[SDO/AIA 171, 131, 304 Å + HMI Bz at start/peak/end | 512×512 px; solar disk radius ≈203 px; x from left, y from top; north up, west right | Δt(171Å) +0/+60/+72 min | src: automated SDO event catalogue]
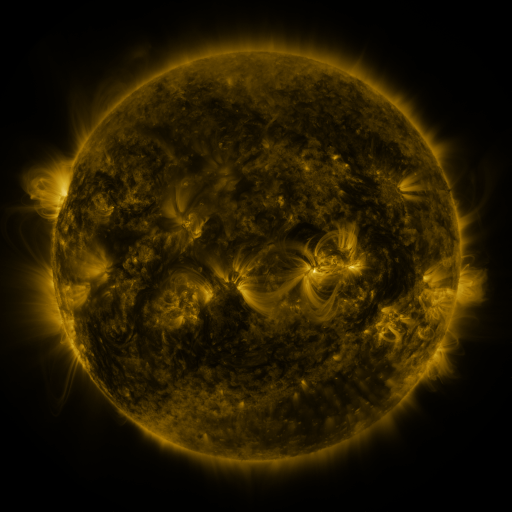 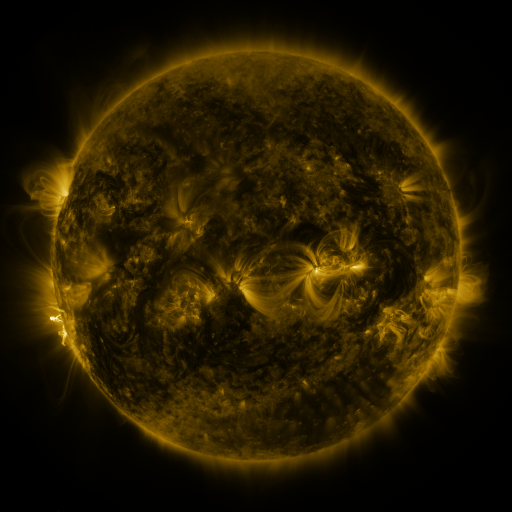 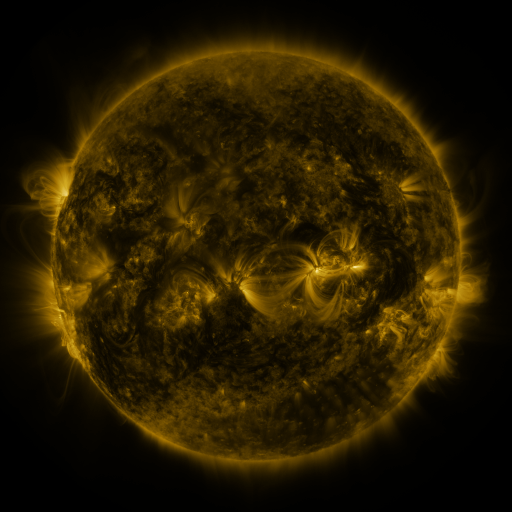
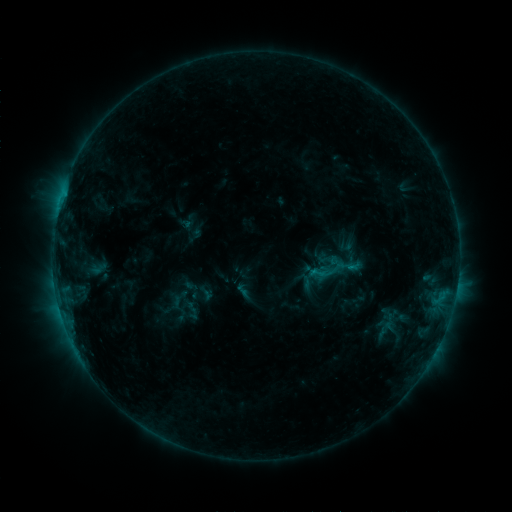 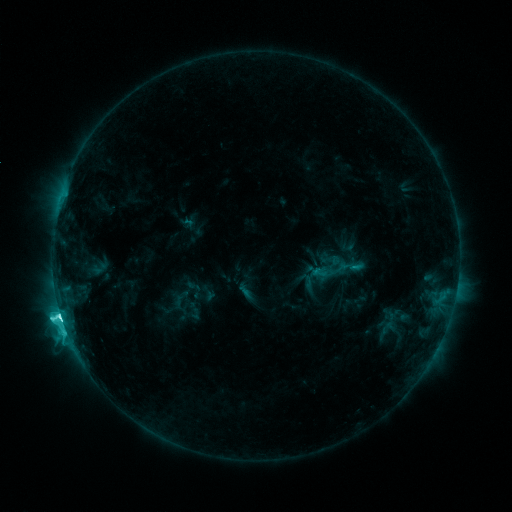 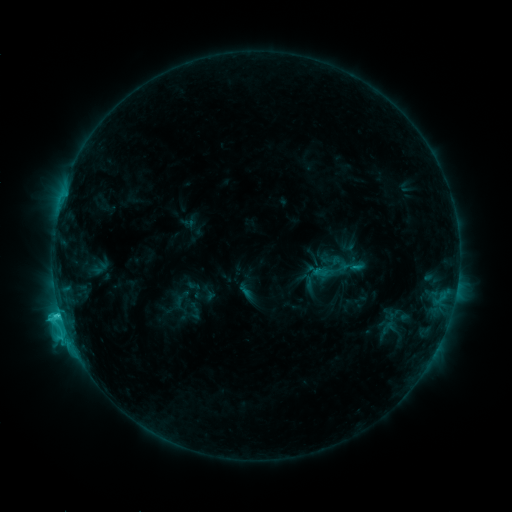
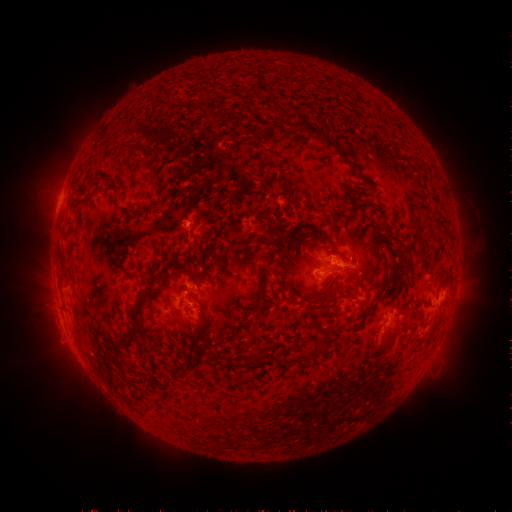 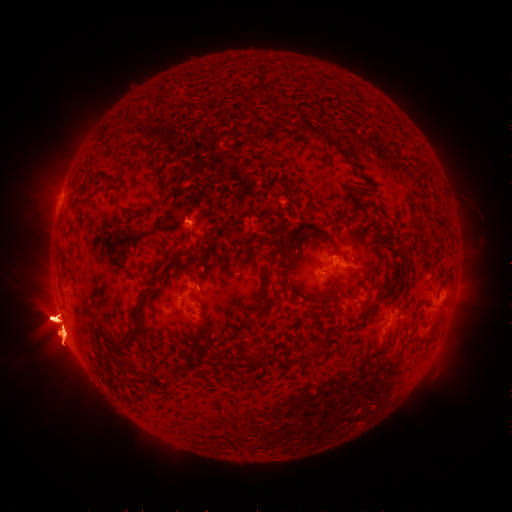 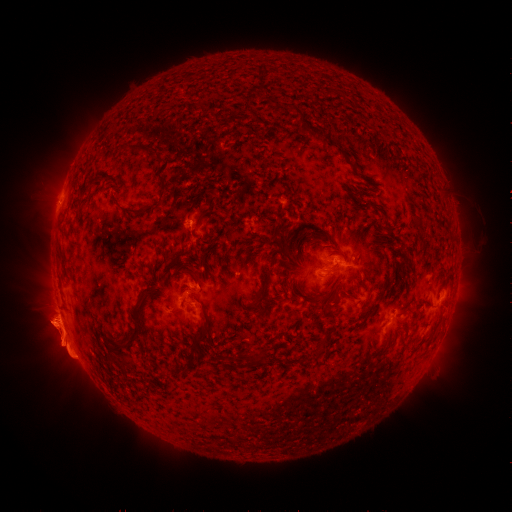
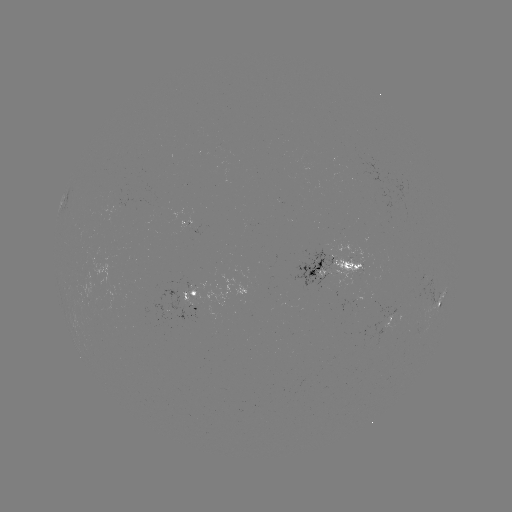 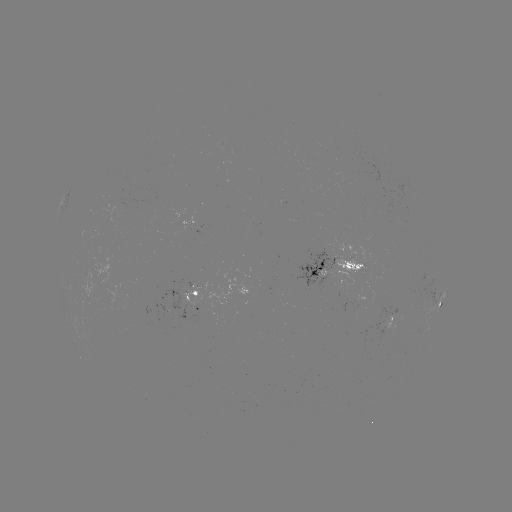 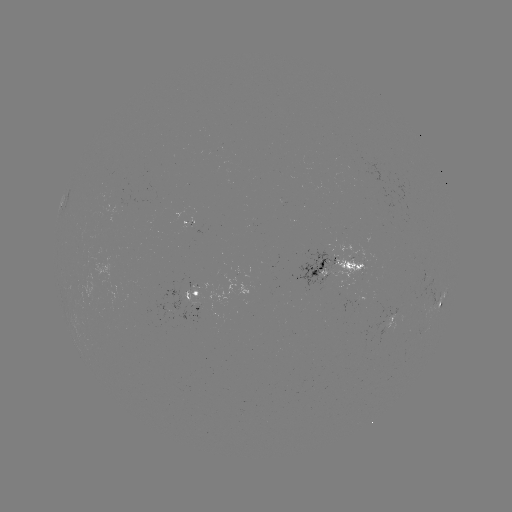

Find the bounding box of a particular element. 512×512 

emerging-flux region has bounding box [356, 246, 363, 258].